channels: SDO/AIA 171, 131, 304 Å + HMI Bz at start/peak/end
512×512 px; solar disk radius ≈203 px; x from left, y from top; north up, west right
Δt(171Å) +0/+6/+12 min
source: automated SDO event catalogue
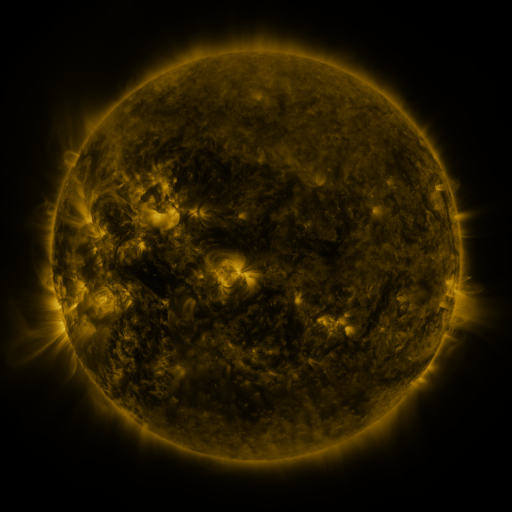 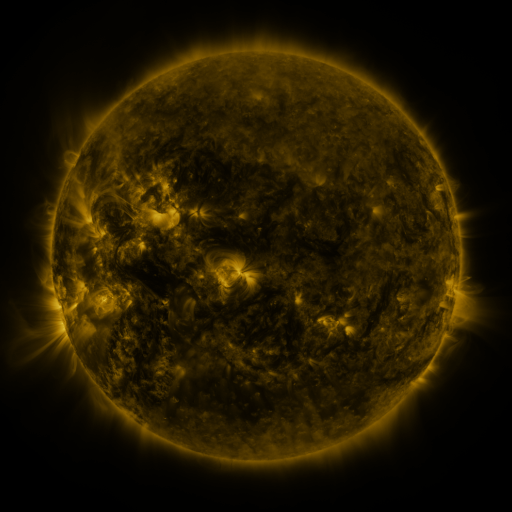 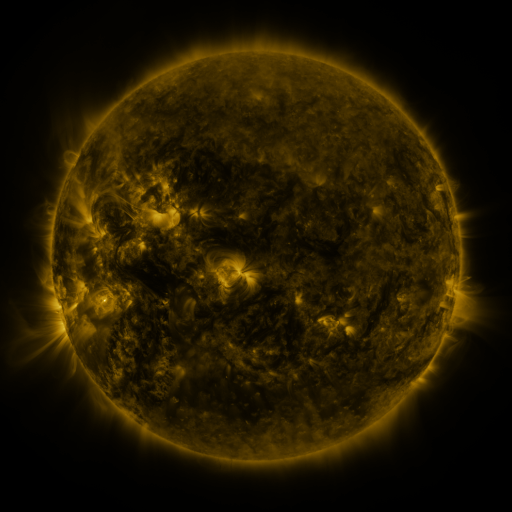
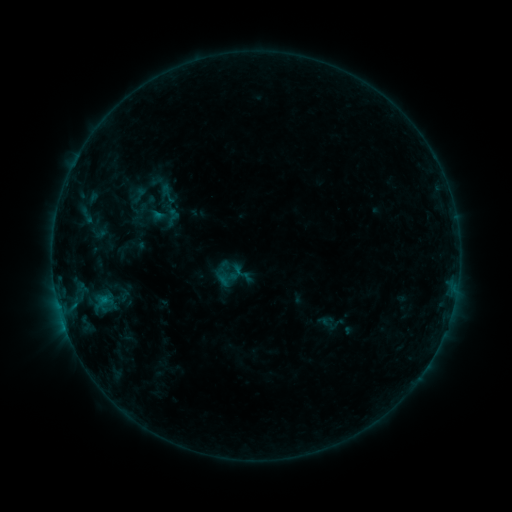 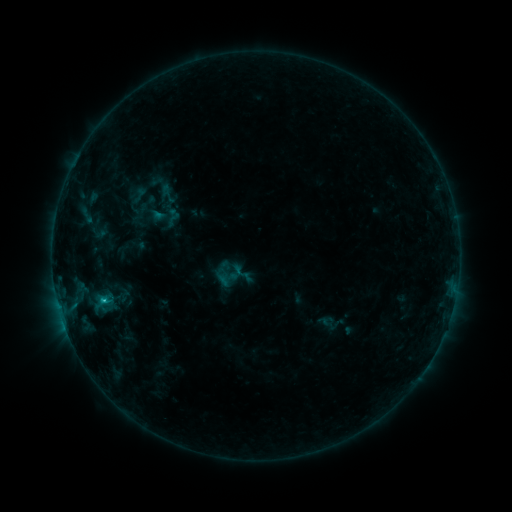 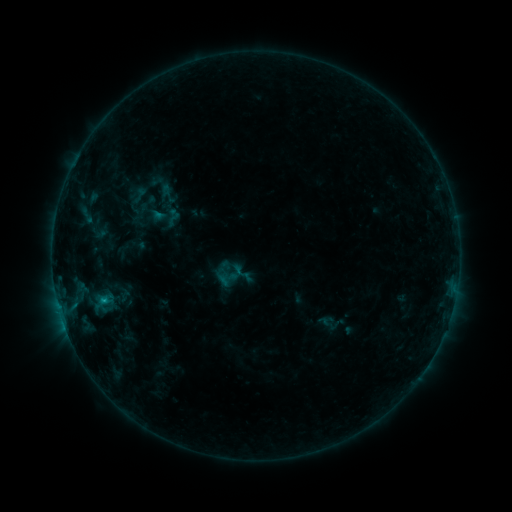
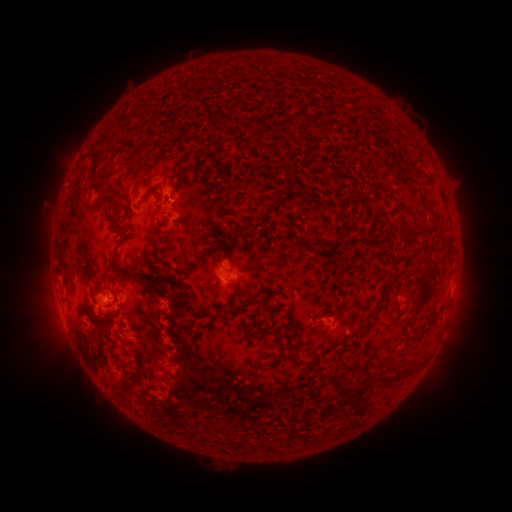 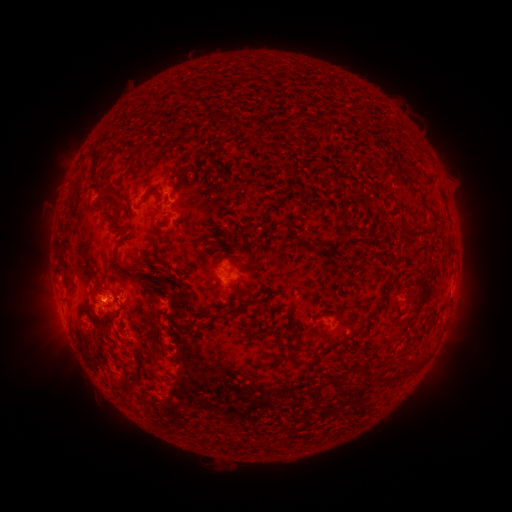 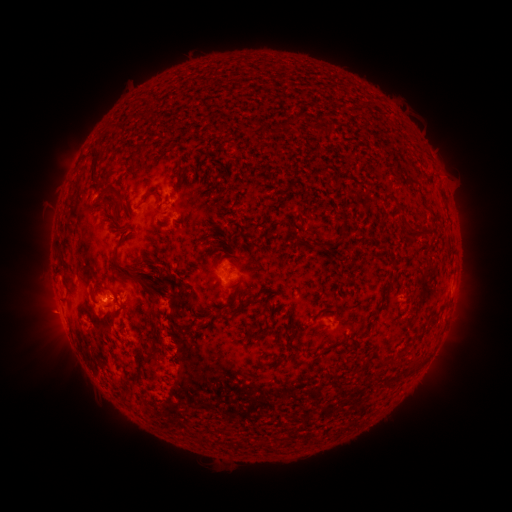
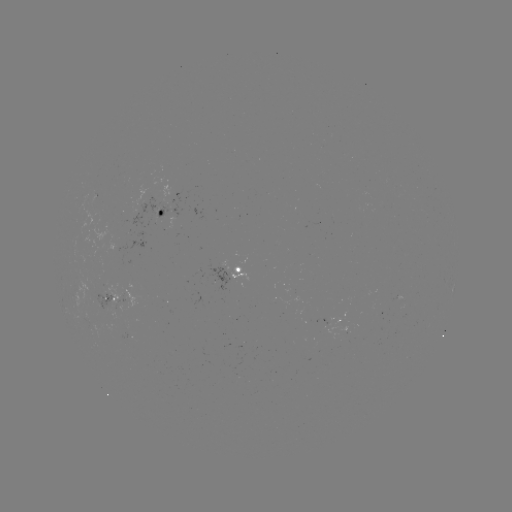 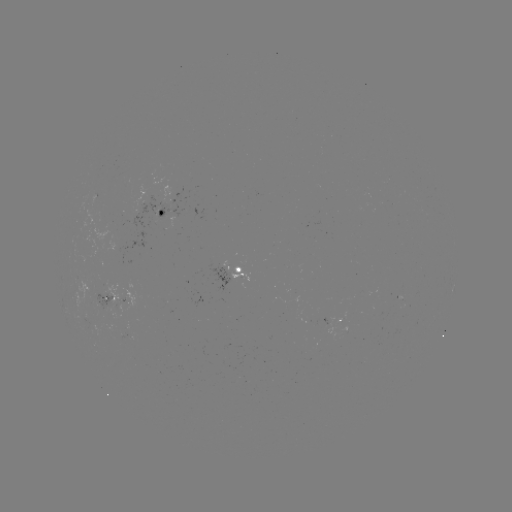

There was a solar flare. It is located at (103, 297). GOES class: B6.9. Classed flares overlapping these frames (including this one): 1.